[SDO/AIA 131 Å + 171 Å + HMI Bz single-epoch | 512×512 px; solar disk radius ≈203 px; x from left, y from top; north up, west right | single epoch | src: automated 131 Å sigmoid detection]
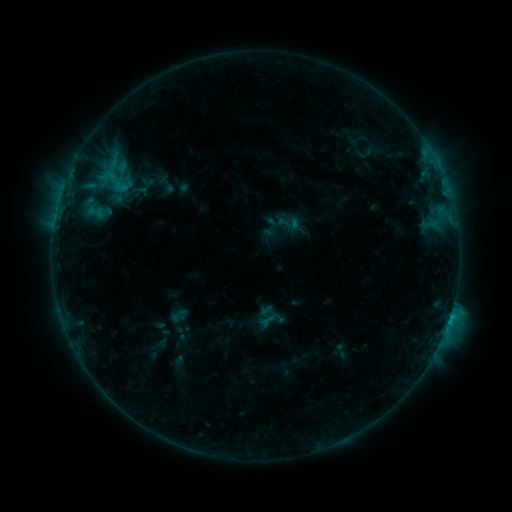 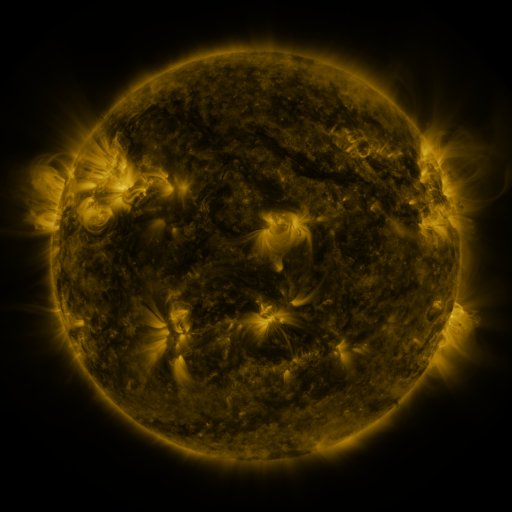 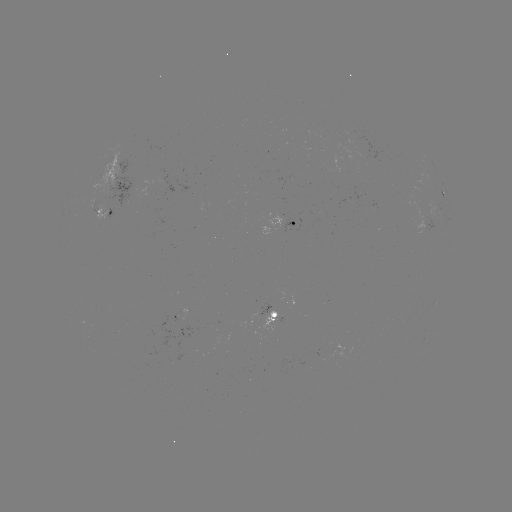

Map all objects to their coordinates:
sigmoid: (288, 223)
